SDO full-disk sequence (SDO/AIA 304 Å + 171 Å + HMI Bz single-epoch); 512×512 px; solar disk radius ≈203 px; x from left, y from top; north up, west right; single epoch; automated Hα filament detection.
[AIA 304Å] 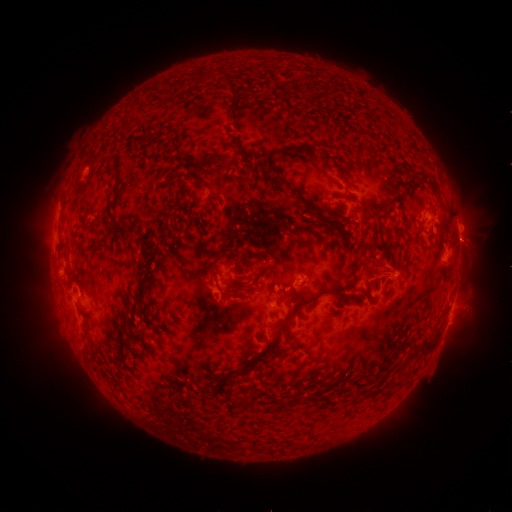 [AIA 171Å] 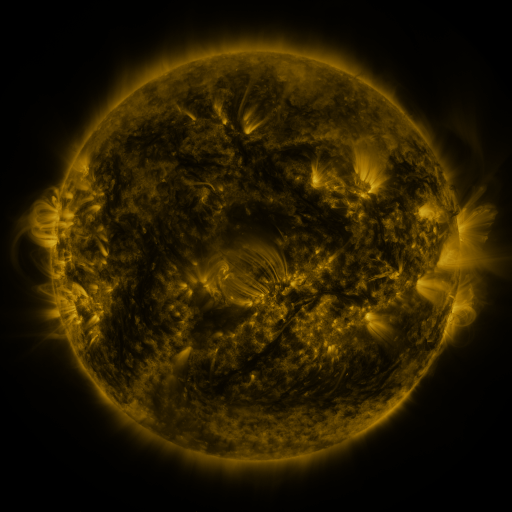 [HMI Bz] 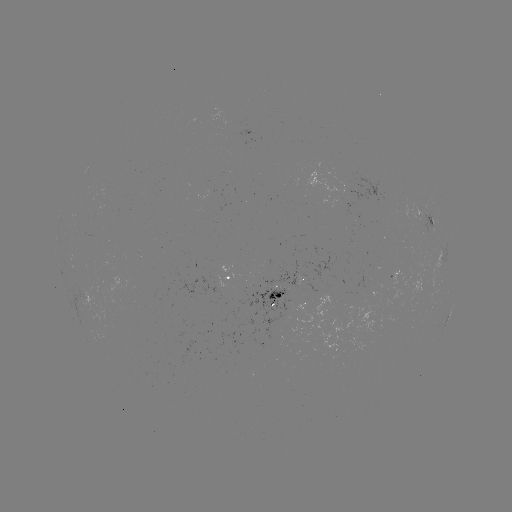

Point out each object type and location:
filament: [231, 138, 241, 156]
filament: [293, 147, 303, 156]
filament: [188, 157, 224, 167]
filament: [419, 171, 438, 192]
filament: [185, 174, 202, 186]
filament: [166, 182, 174, 197]
filament: [294, 193, 327, 221]
filament: [79, 209, 94, 234]
filament: [139, 246, 154, 279]
filament: [227, 248, 240, 260]
filament: [251, 275, 261, 285]
filament: [256, 288, 349, 364]
filament: [422, 338, 435, 353]
filament: [83, 345, 92, 360]
filament: [397, 360, 407, 370]
filament: [235, 365, 252, 376]
